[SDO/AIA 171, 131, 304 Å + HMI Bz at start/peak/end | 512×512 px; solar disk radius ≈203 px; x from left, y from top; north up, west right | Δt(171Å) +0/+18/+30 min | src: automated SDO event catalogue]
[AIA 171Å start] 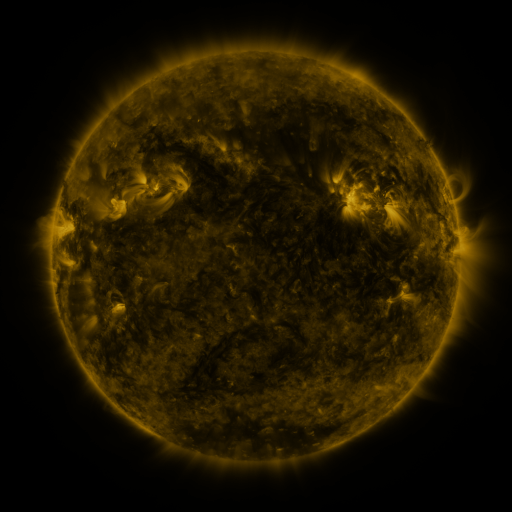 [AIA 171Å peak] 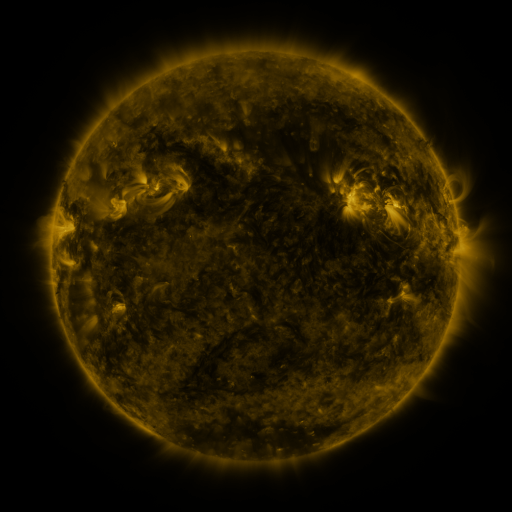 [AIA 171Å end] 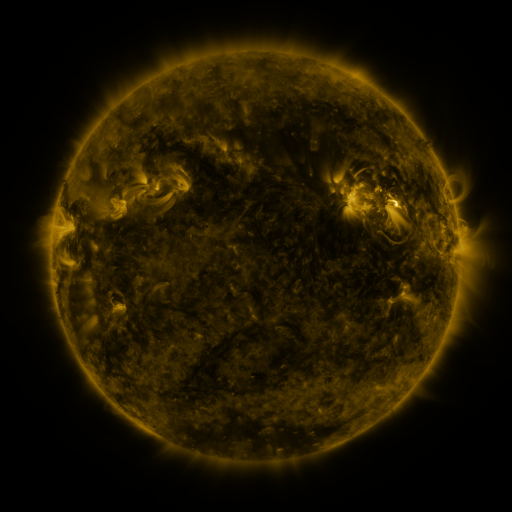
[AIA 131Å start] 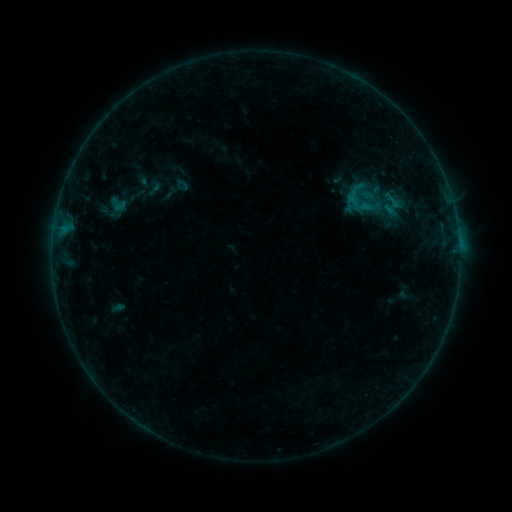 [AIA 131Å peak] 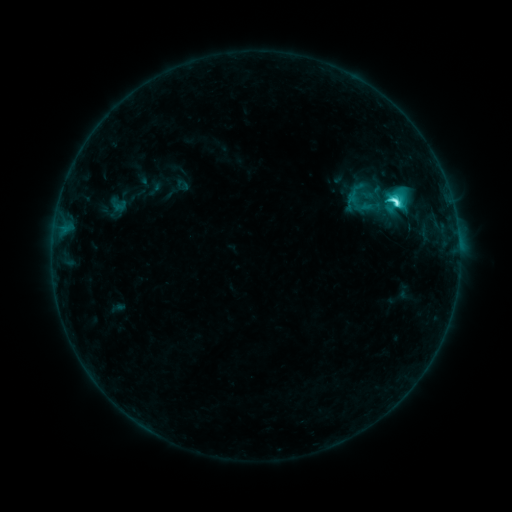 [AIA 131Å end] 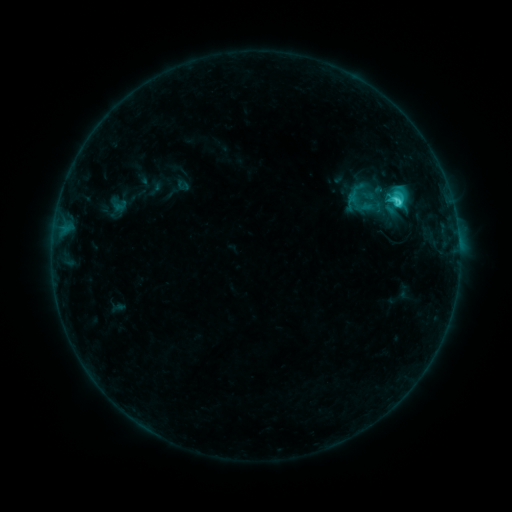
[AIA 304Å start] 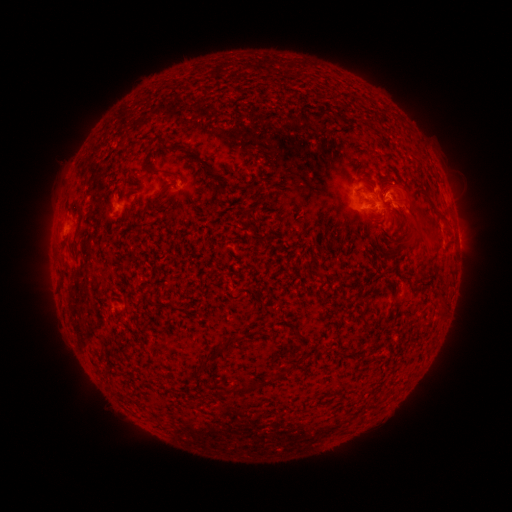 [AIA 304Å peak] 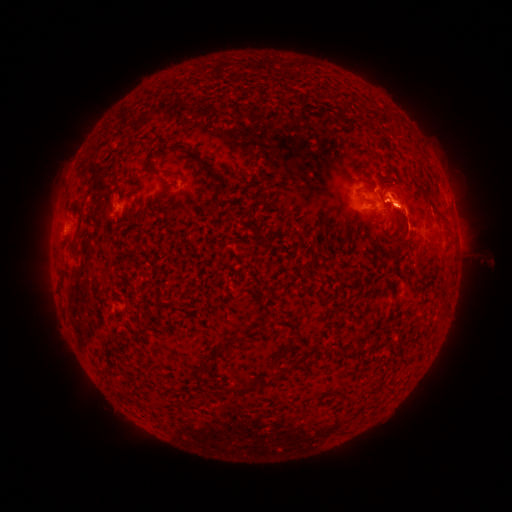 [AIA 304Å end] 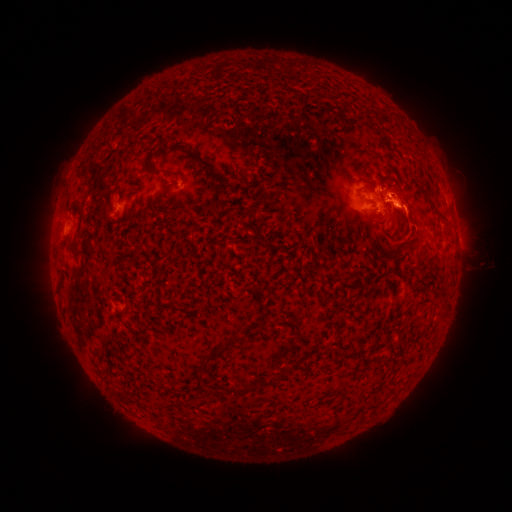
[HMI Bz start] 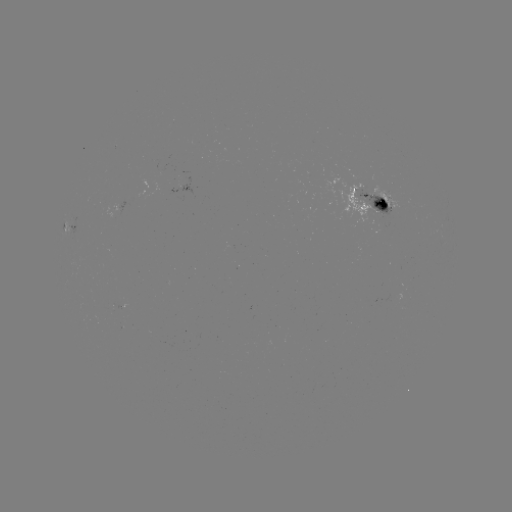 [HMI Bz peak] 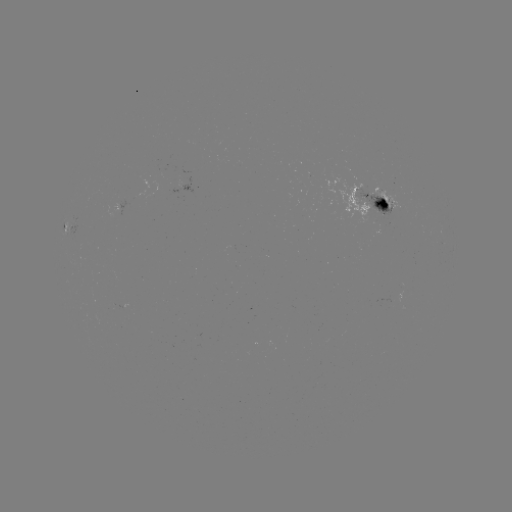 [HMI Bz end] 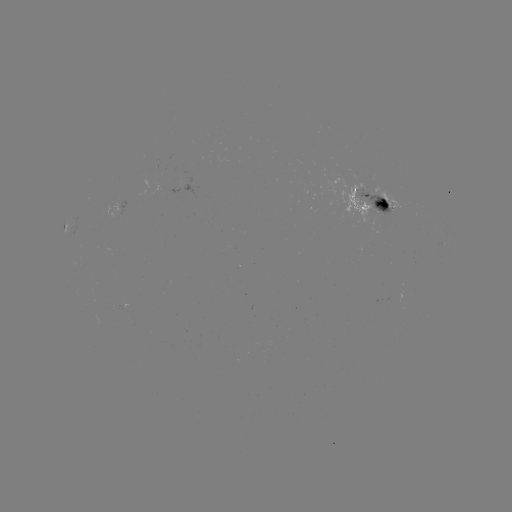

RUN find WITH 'C5.8 flare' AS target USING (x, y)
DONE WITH (394, 203) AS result